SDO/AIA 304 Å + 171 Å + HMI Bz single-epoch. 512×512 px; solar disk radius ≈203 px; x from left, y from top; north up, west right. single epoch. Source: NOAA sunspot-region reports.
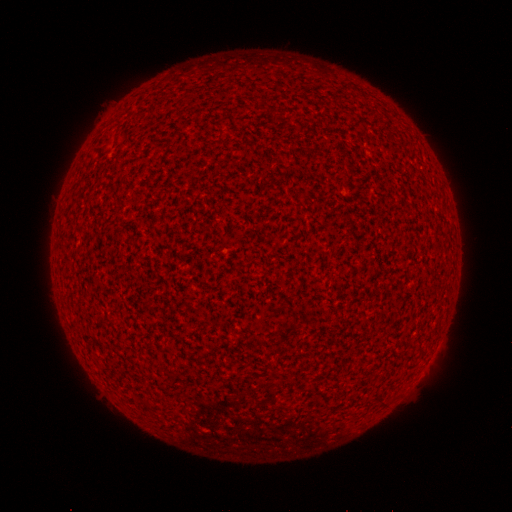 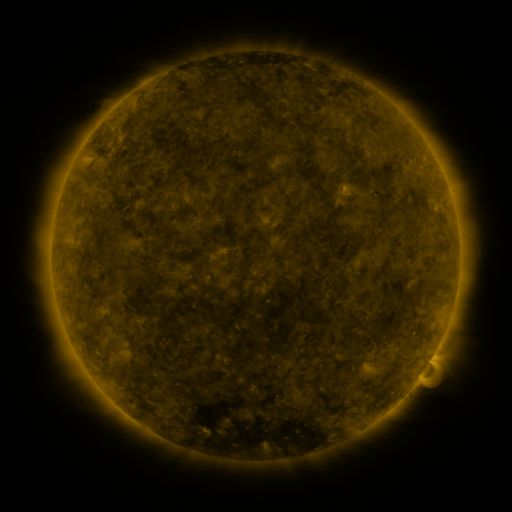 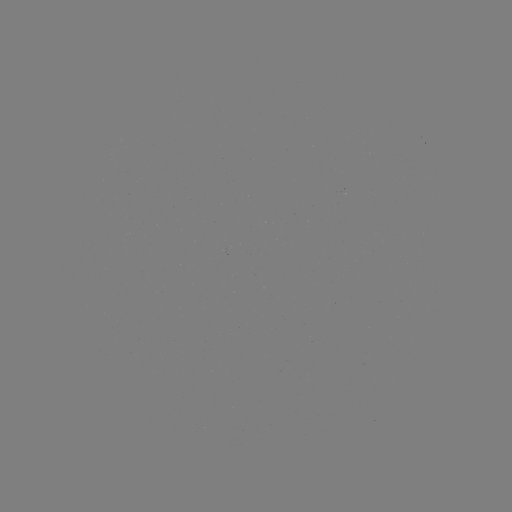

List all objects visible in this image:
(none)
